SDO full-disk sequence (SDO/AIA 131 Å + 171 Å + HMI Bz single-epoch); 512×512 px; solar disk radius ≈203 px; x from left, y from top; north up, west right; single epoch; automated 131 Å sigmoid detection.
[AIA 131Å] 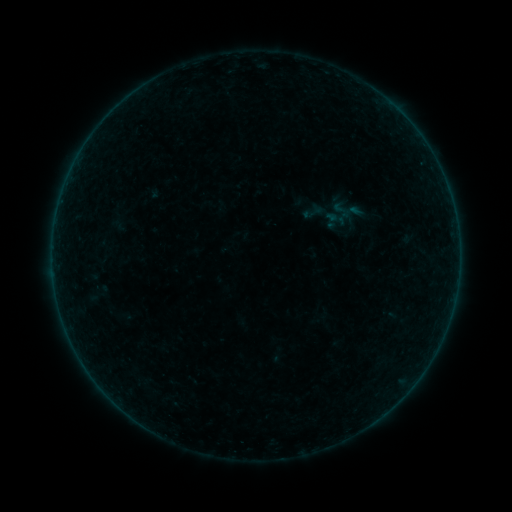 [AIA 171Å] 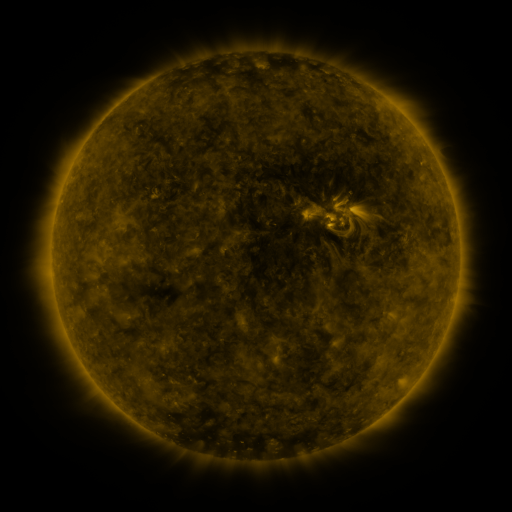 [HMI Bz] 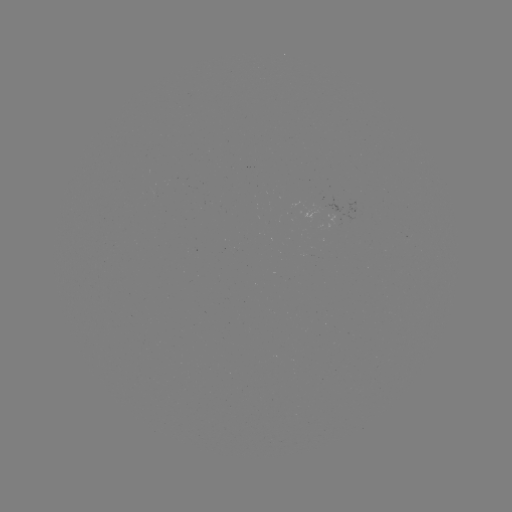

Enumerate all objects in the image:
sigmoid: (342, 210)
